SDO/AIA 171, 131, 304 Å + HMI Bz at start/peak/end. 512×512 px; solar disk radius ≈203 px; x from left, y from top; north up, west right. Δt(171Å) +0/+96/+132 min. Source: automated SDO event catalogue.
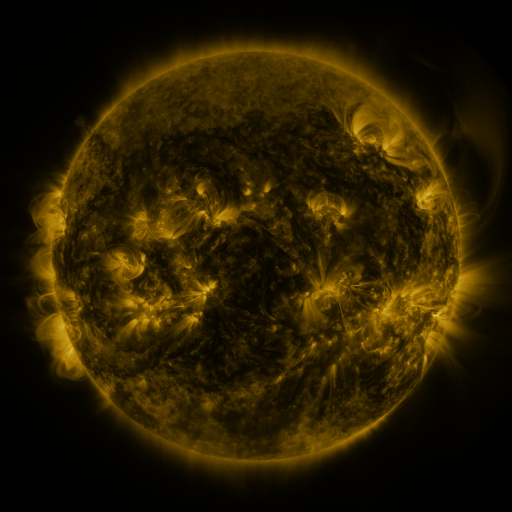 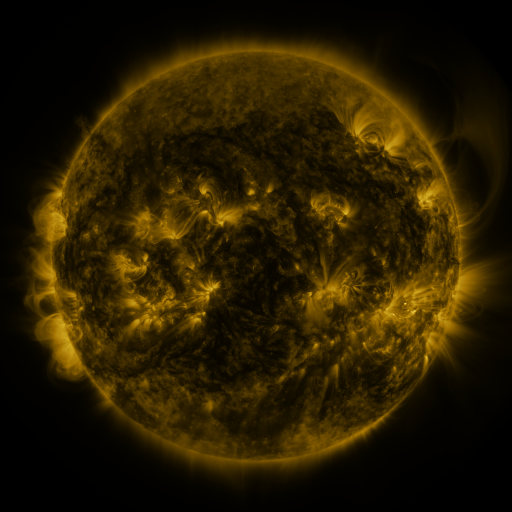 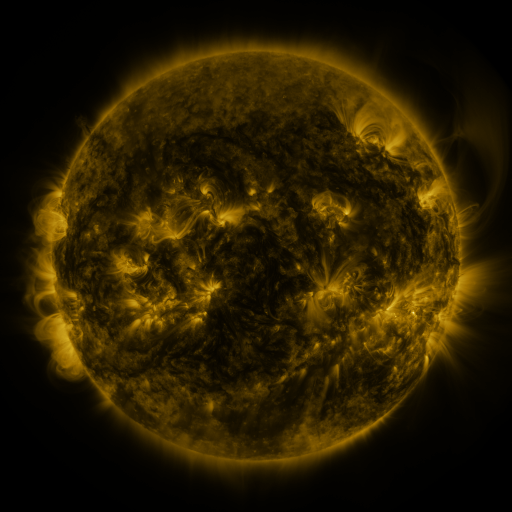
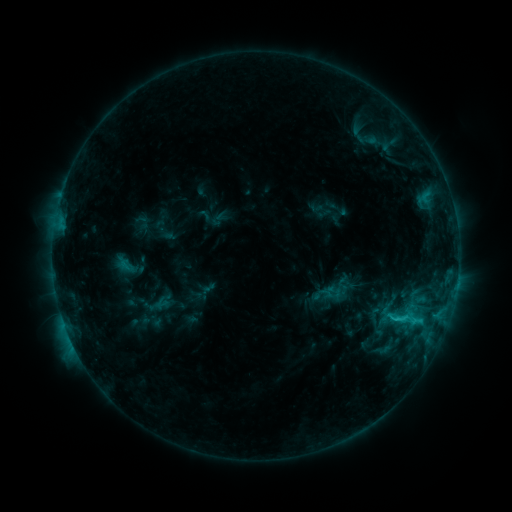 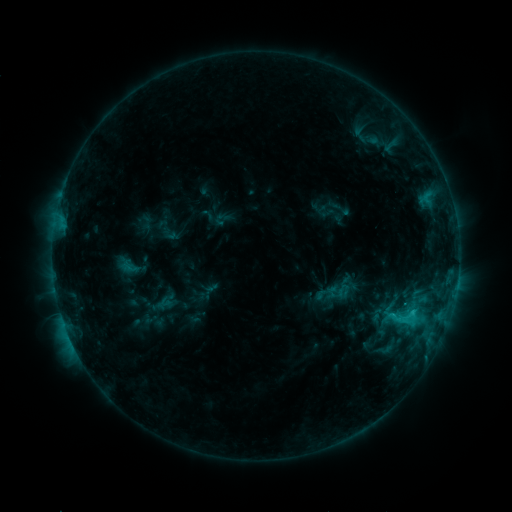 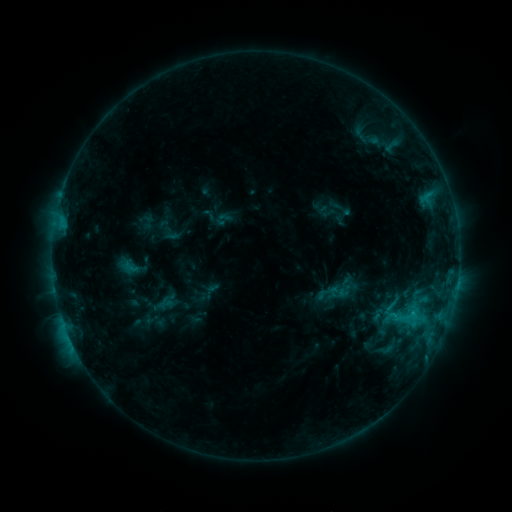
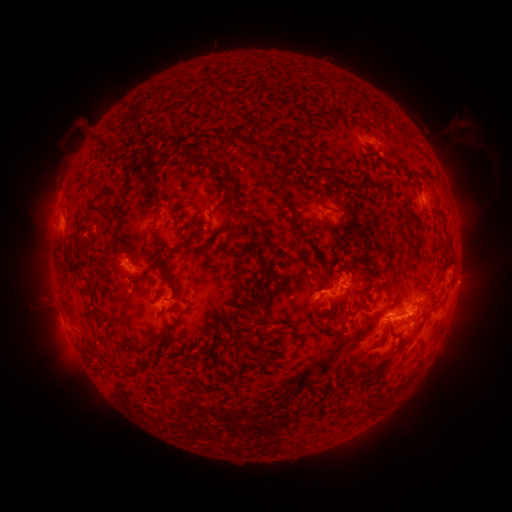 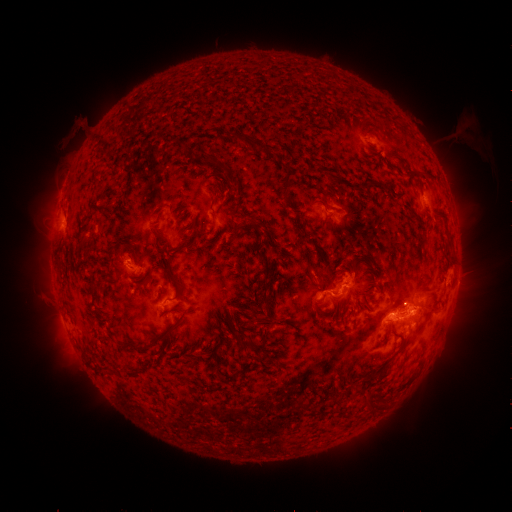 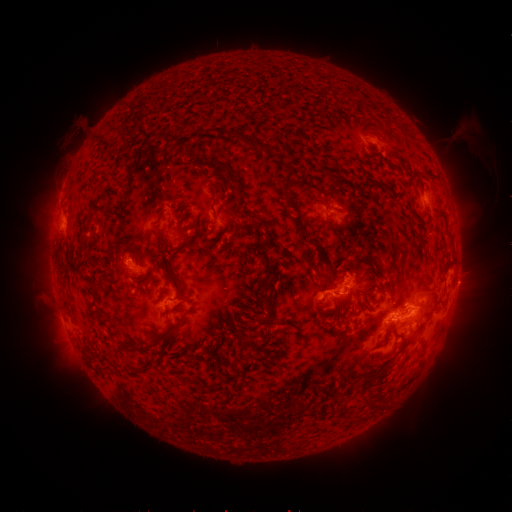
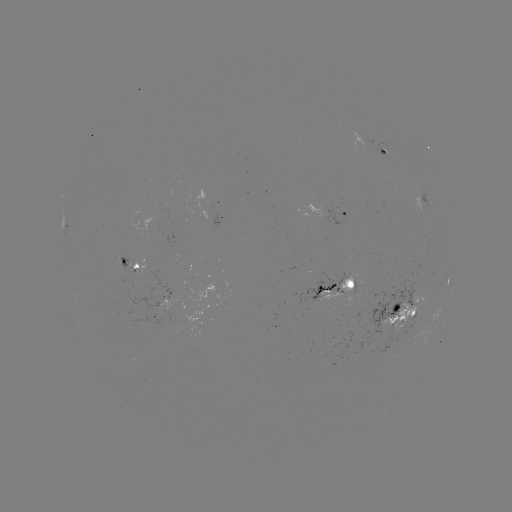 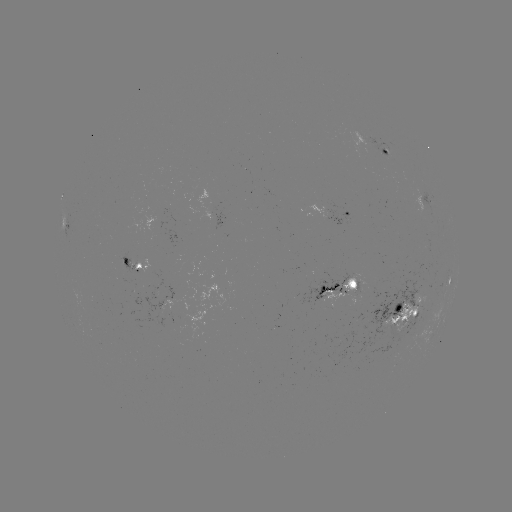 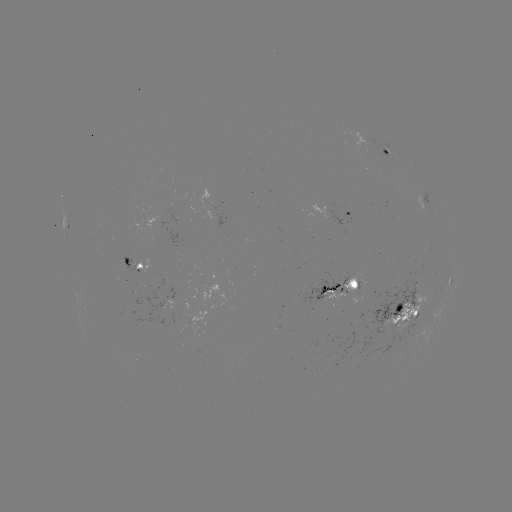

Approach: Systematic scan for emerging-flux region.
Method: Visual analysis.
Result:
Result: emerging-flux region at (344, 280).